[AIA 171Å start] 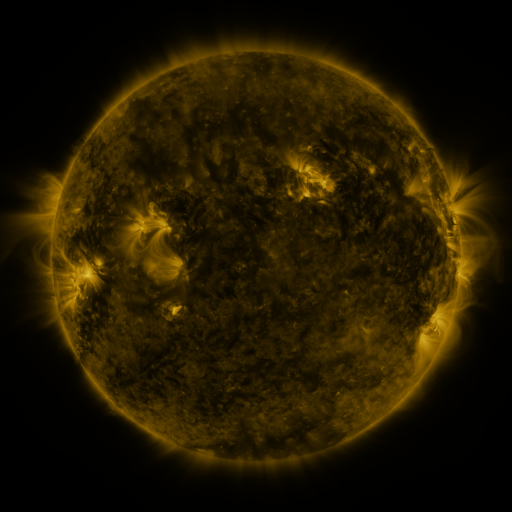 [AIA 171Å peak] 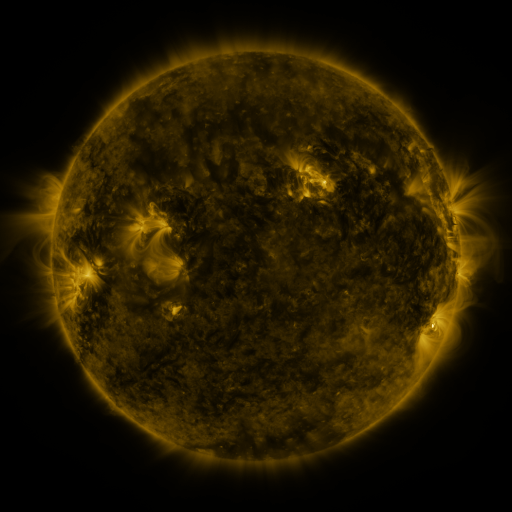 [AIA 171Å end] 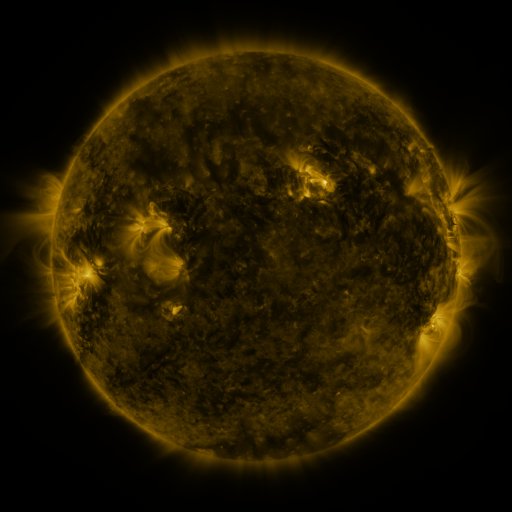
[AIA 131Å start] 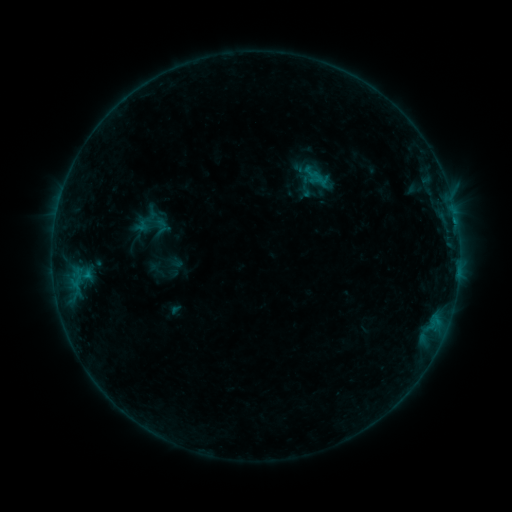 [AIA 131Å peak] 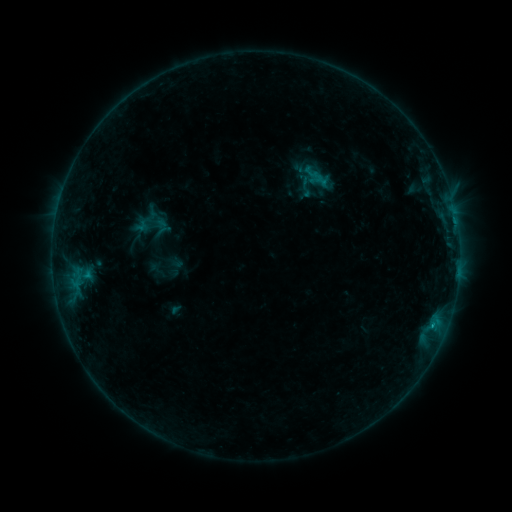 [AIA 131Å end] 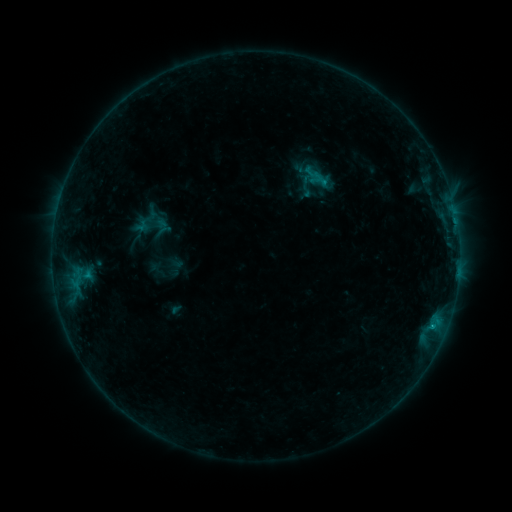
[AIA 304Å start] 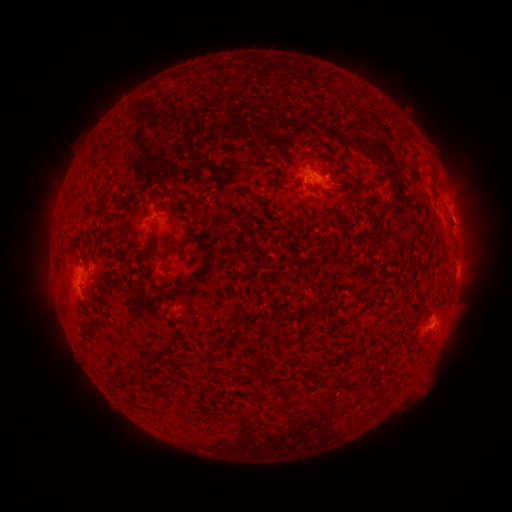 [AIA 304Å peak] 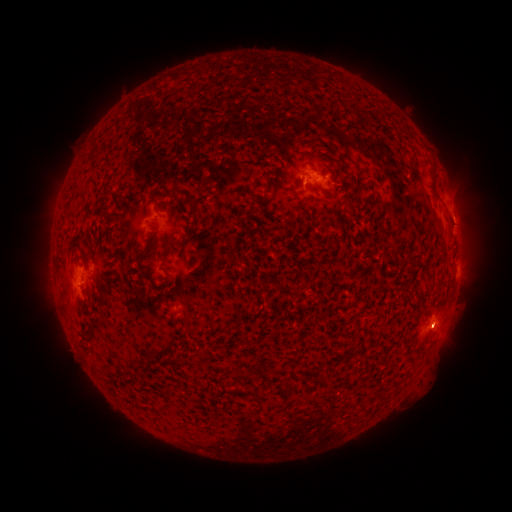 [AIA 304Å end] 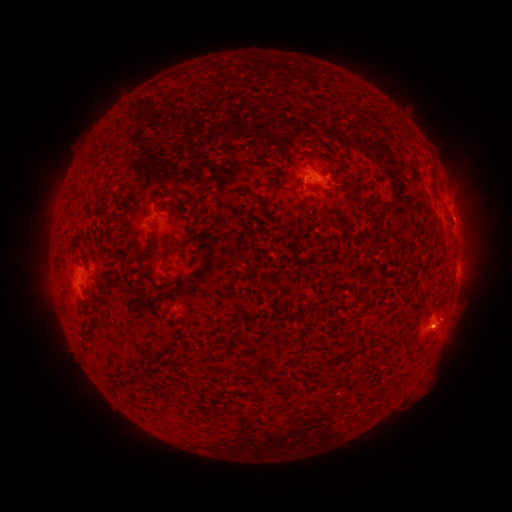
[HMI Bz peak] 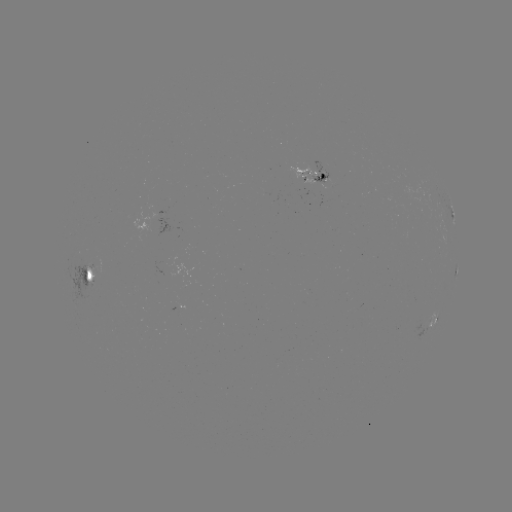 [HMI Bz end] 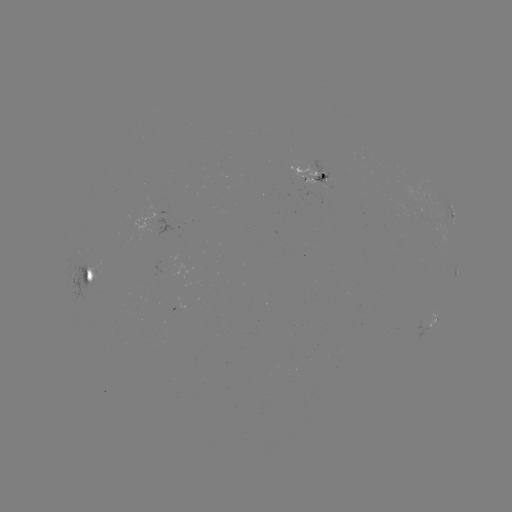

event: flare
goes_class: B4.7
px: (432, 325)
